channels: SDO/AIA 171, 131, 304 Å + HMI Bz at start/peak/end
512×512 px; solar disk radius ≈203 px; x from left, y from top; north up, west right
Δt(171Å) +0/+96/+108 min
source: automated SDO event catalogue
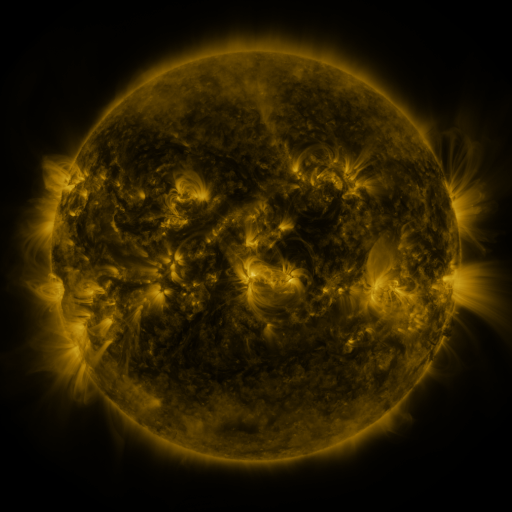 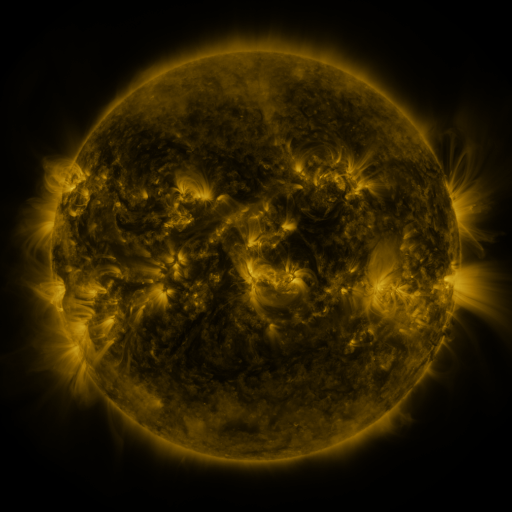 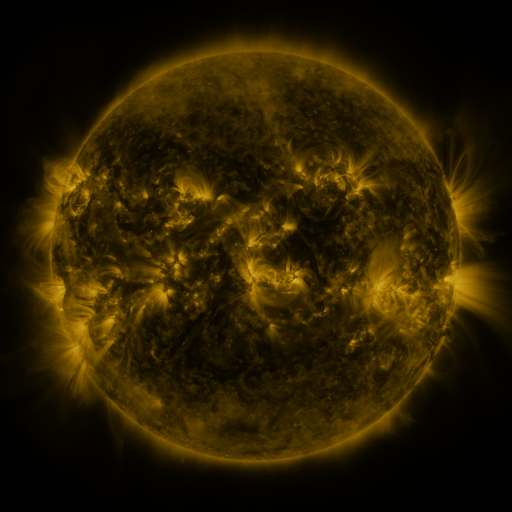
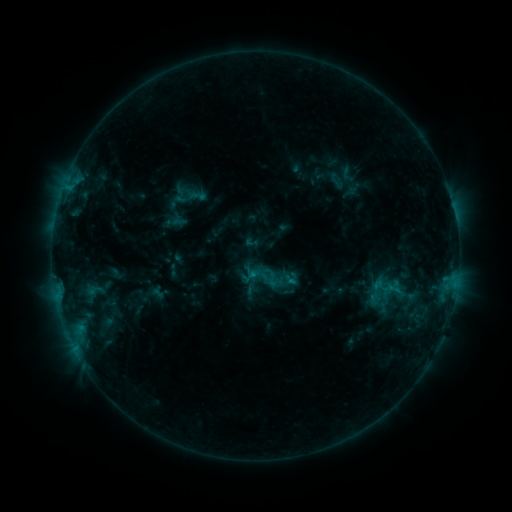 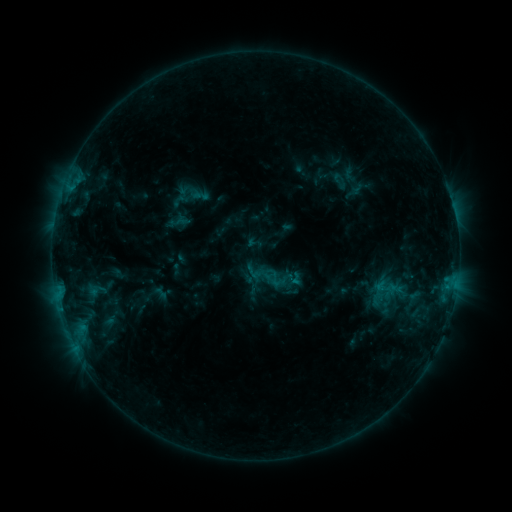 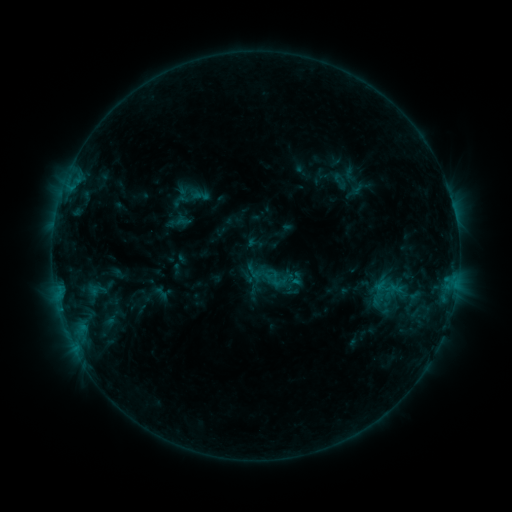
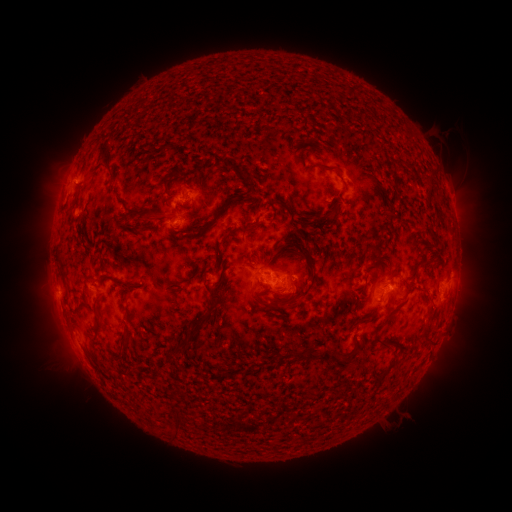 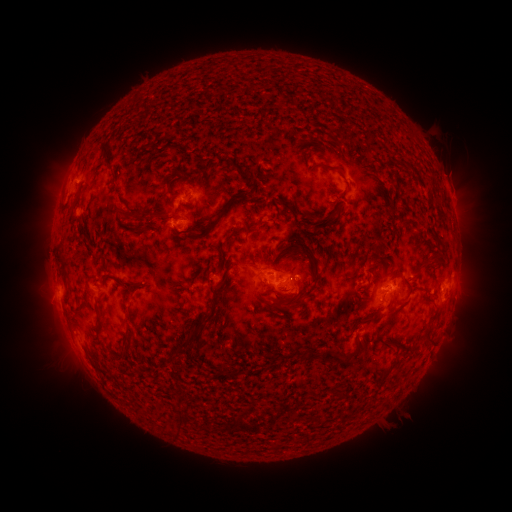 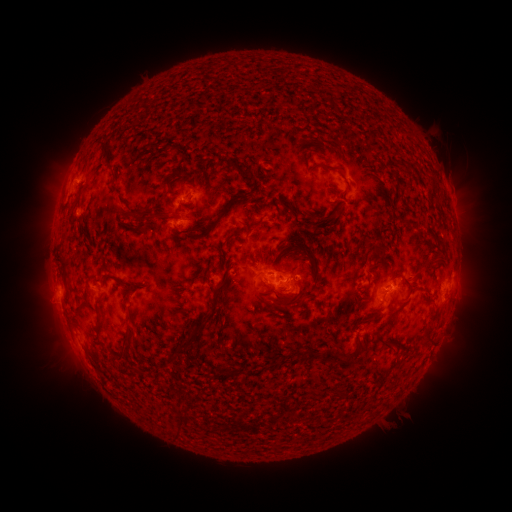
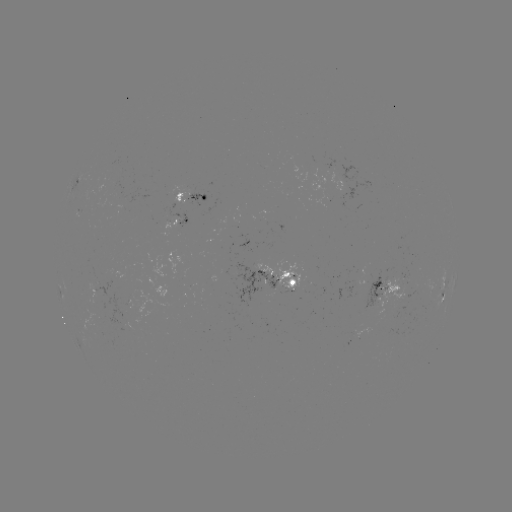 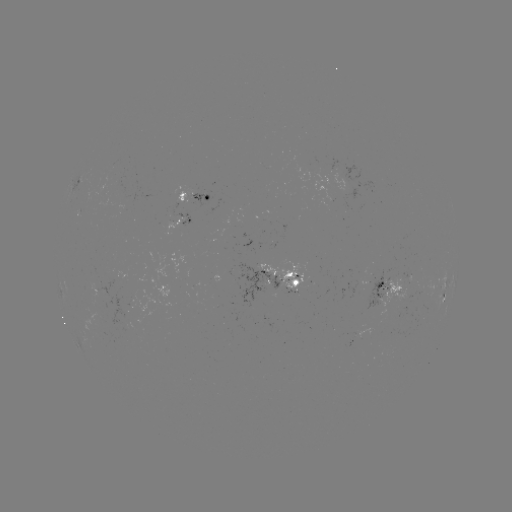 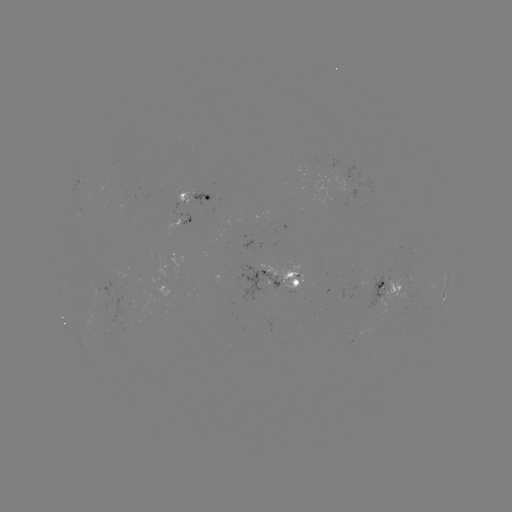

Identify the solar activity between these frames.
emerging-flux region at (393, 279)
